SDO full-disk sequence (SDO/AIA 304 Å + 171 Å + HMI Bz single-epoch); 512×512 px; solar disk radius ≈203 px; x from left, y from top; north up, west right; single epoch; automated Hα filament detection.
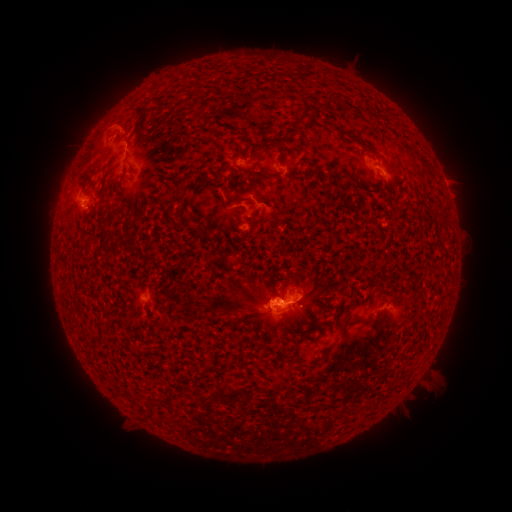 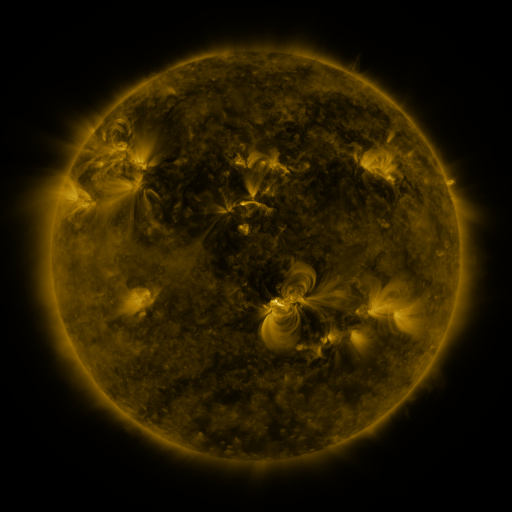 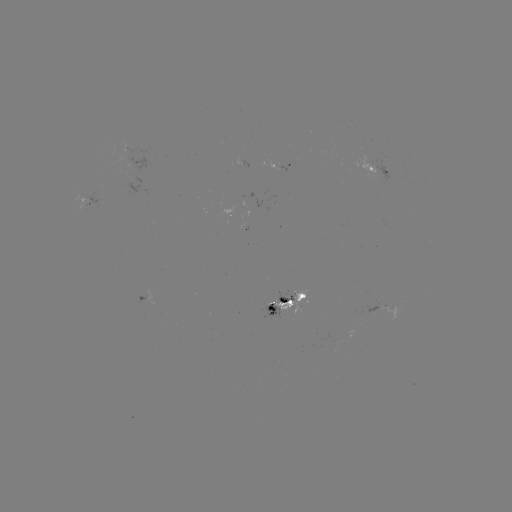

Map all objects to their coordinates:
filament: (297, 105, 312, 127)
filament: (361, 107, 373, 115)
filament: (320, 120, 361, 141)
filament: (207, 137, 218, 146)
filament: (259, 139, 271, 148)
filament: (261, 170, 276, 179)
filament: (126, 196, 139, 213)
filament: (338, 315, 356, 336)
filament: (270, 328, 278, 338)
filament: (280, 328, 306, 336)
filament: (296, 357, 321, 368)
filament: (151, 398, 162, 406)
filament: (141, 410, 155, 420)
